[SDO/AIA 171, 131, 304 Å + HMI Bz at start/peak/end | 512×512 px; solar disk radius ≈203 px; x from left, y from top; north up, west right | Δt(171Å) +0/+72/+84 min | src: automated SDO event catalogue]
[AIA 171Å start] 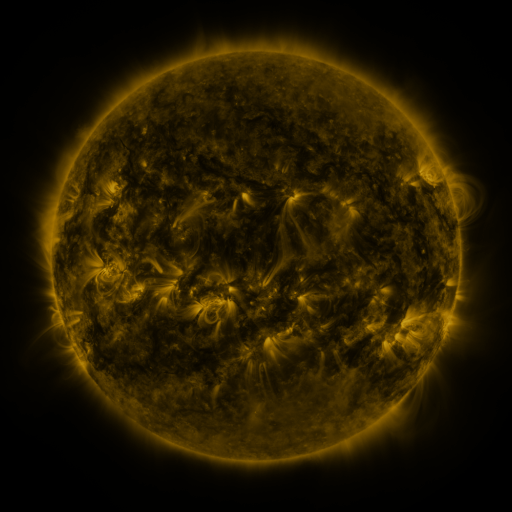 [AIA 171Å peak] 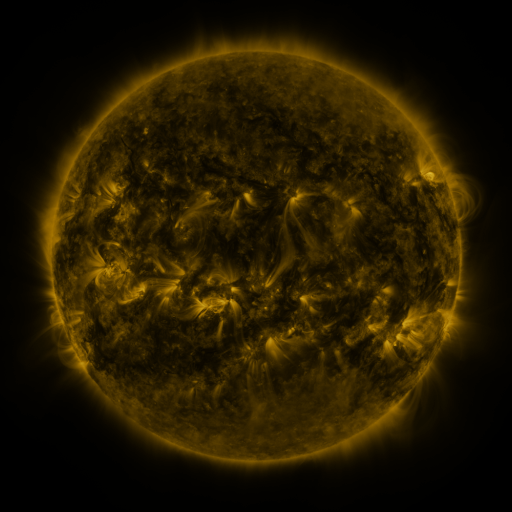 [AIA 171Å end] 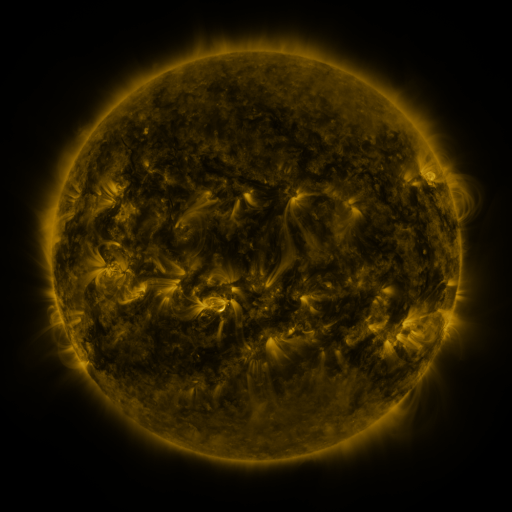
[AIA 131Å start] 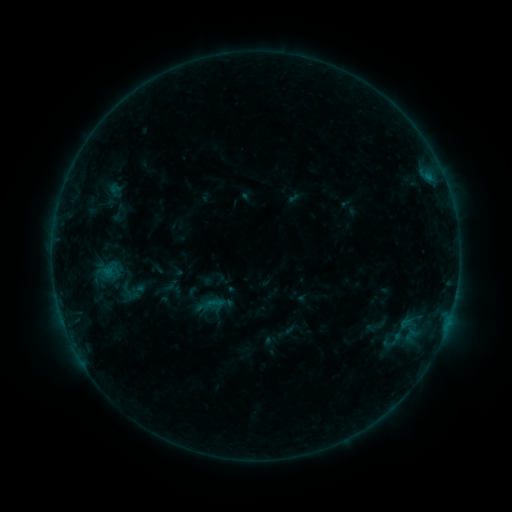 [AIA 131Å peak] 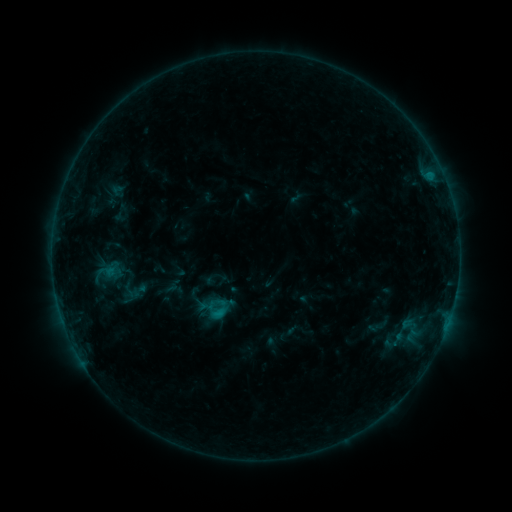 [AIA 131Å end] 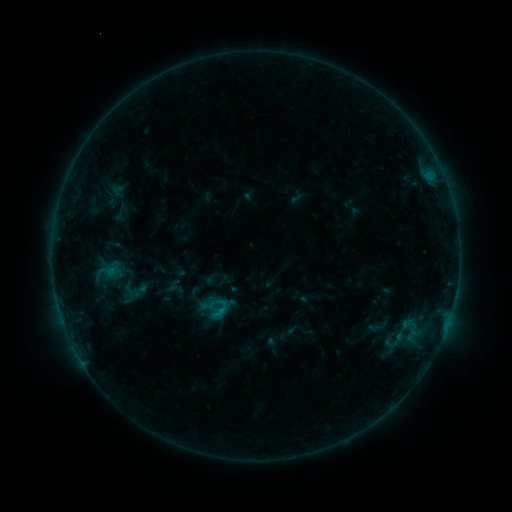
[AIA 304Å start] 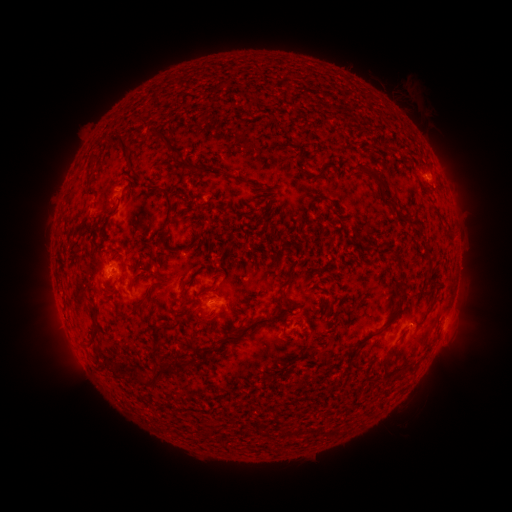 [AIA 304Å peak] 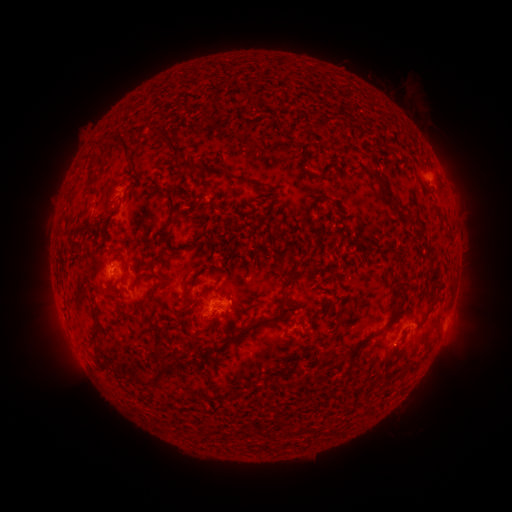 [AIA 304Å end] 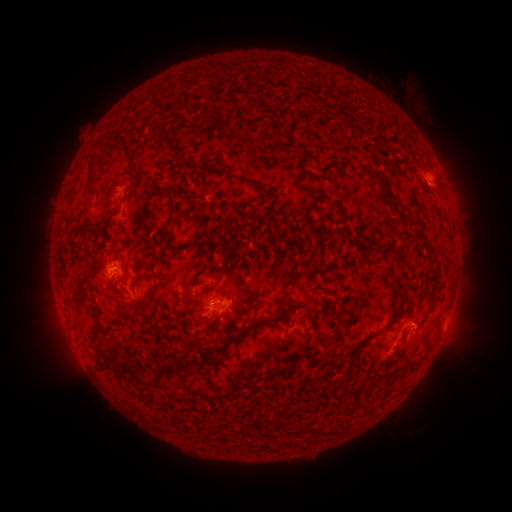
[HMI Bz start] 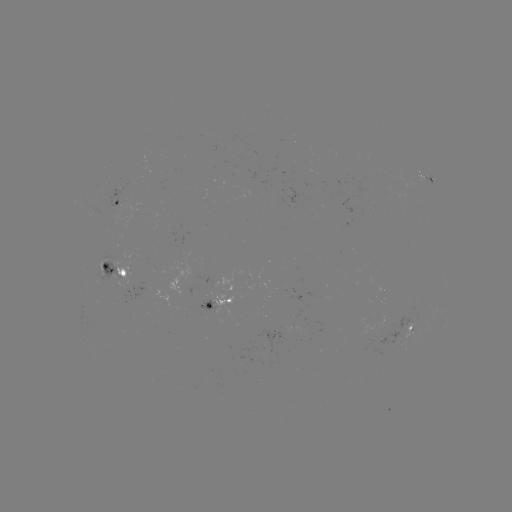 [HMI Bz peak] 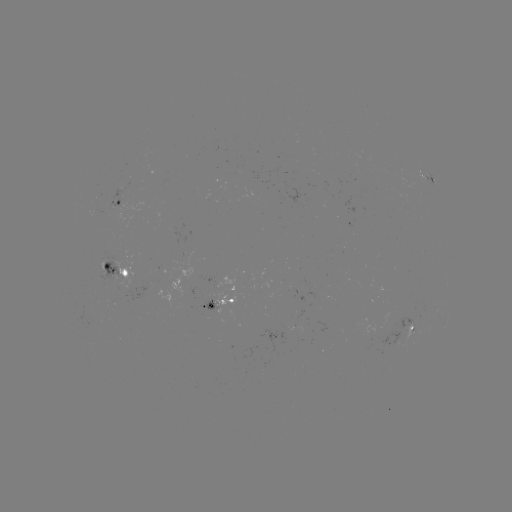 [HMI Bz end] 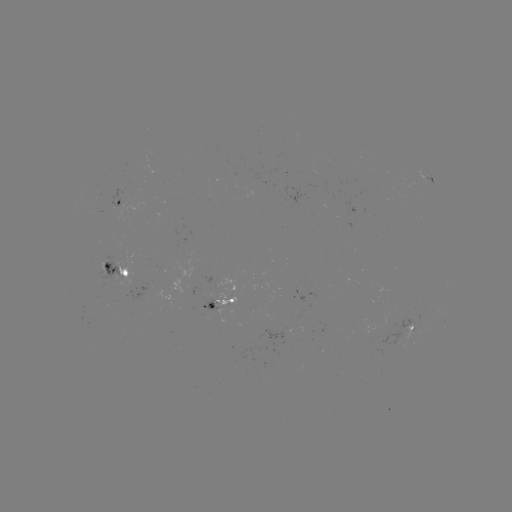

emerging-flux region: [198, 293, 218, 310]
